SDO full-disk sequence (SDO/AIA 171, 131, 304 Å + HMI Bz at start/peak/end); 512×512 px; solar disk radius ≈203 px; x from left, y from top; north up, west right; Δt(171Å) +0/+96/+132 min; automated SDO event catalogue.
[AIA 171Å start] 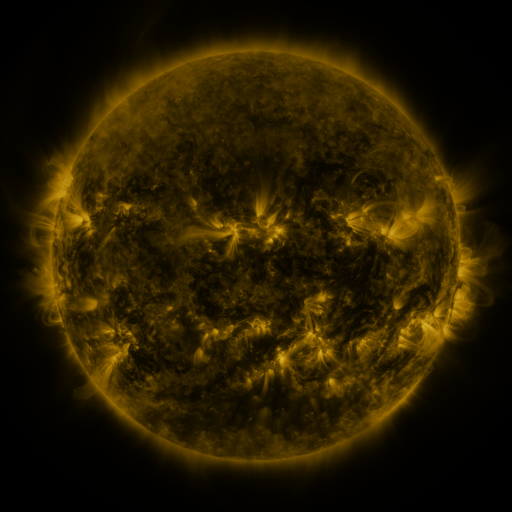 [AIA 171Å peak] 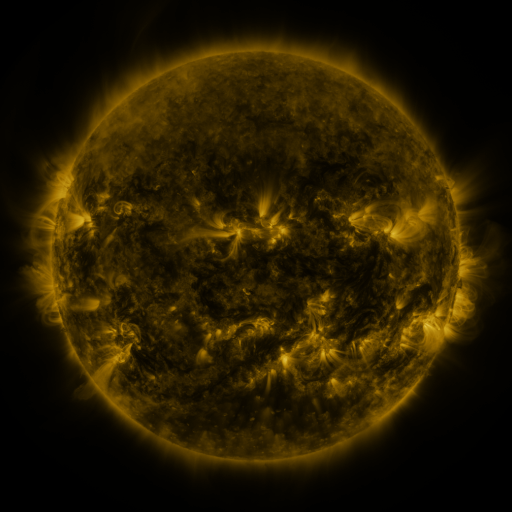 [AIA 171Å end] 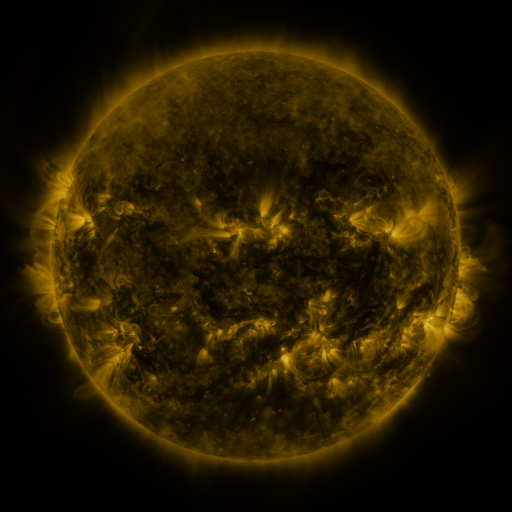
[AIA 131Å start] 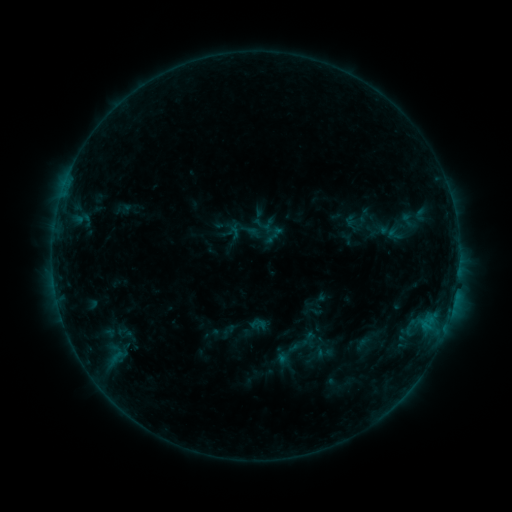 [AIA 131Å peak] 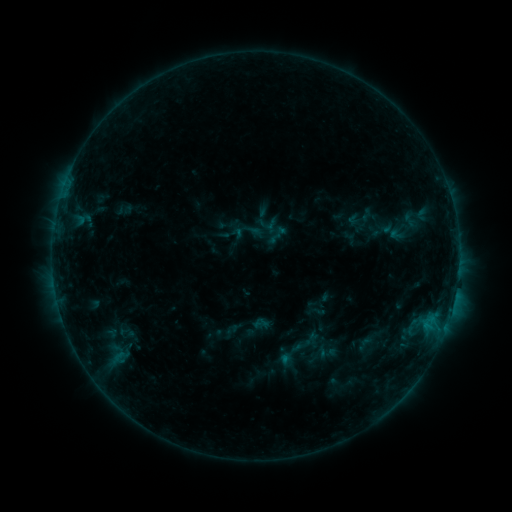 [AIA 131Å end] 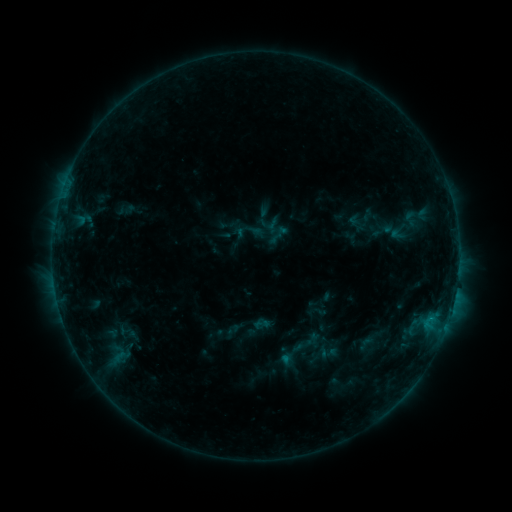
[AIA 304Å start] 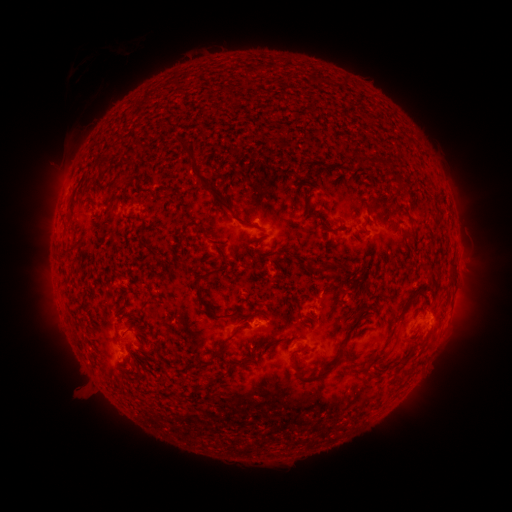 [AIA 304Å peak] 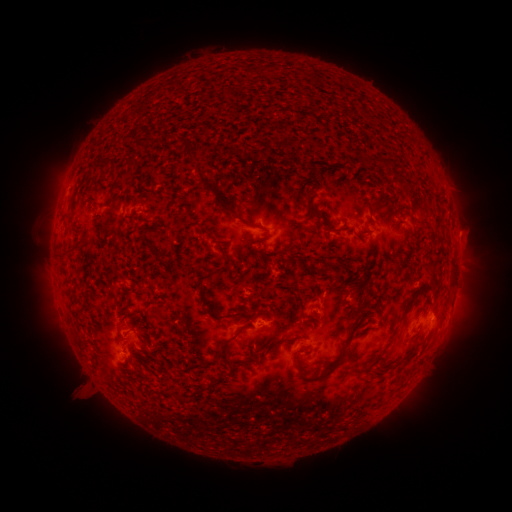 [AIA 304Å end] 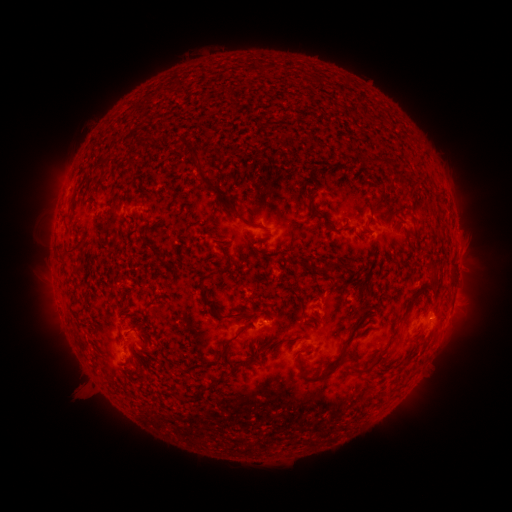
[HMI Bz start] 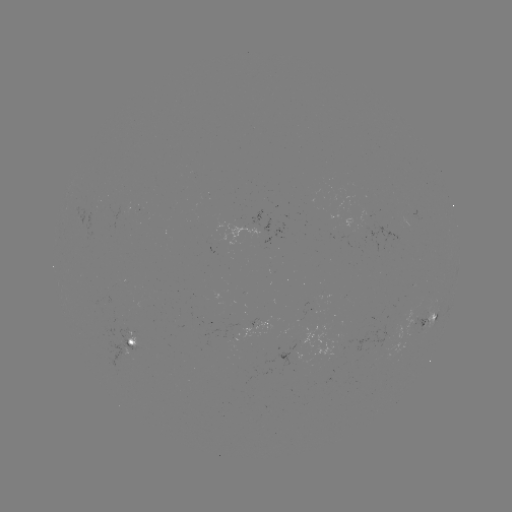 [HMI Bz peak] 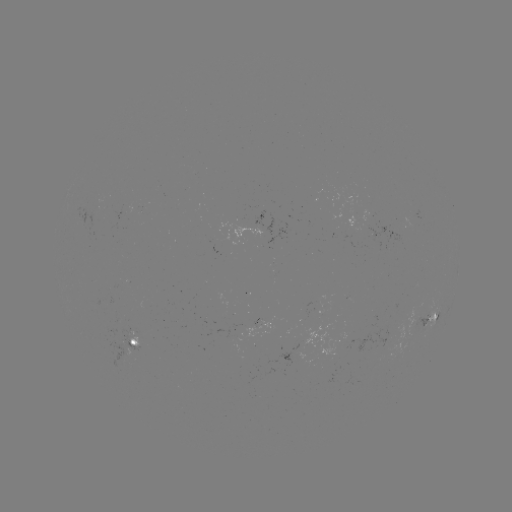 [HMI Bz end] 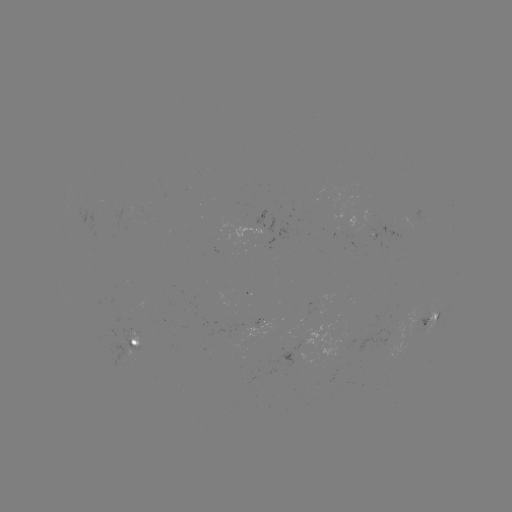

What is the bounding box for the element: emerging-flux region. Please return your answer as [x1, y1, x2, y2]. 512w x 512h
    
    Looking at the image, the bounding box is [365, 226, 403, 243].